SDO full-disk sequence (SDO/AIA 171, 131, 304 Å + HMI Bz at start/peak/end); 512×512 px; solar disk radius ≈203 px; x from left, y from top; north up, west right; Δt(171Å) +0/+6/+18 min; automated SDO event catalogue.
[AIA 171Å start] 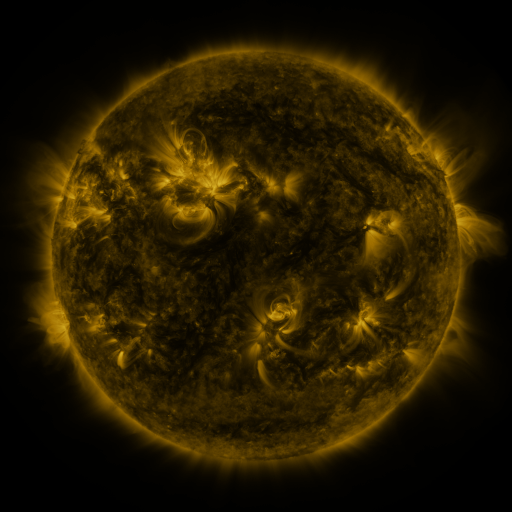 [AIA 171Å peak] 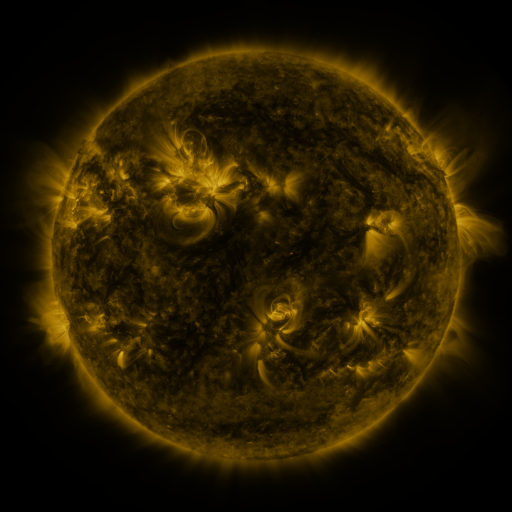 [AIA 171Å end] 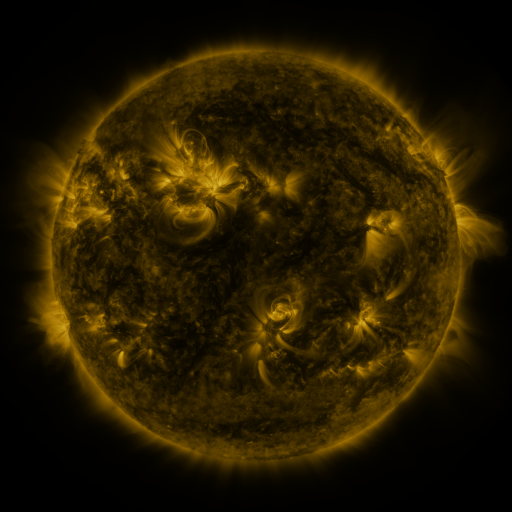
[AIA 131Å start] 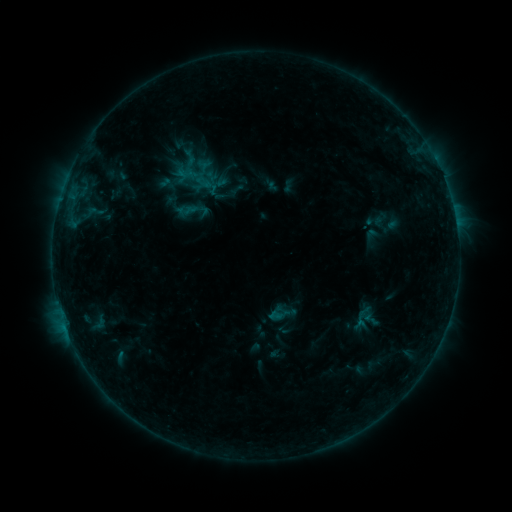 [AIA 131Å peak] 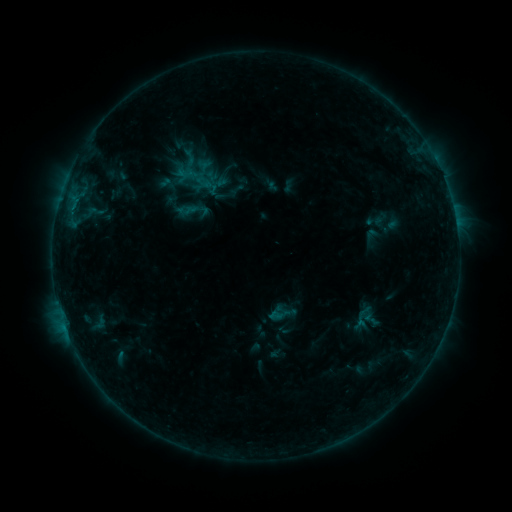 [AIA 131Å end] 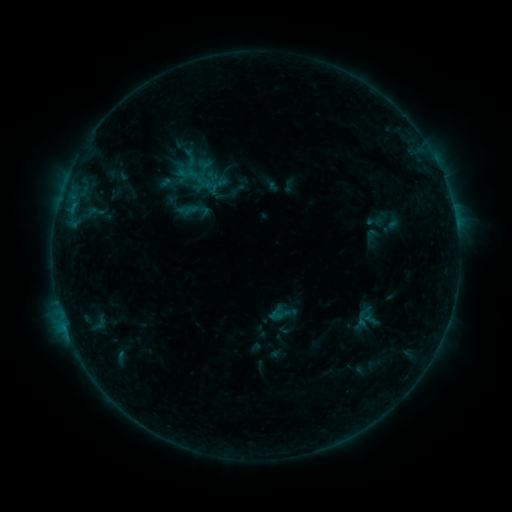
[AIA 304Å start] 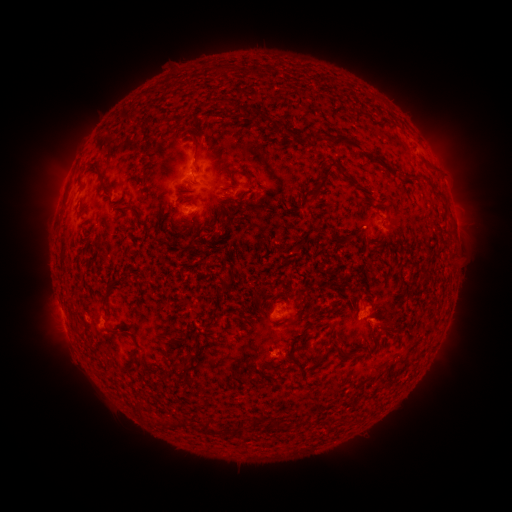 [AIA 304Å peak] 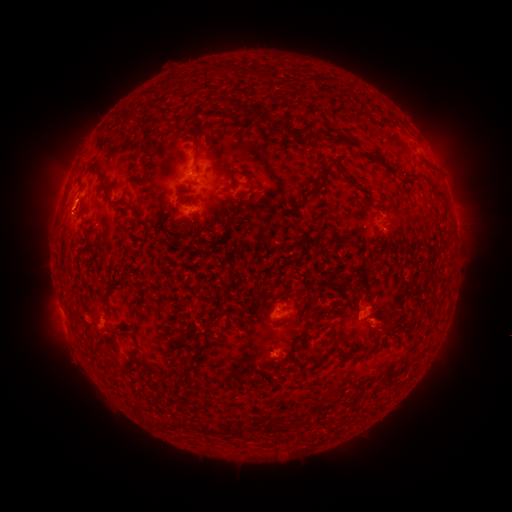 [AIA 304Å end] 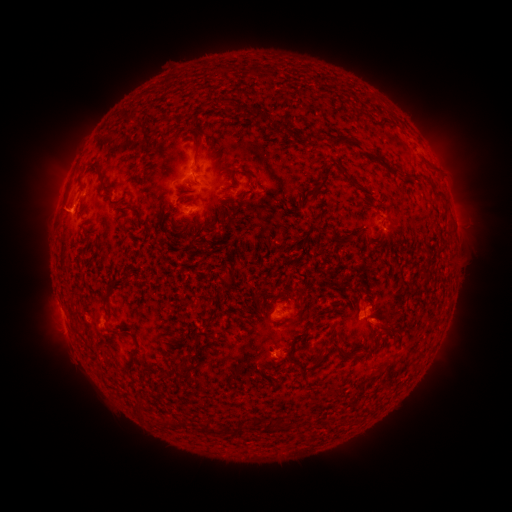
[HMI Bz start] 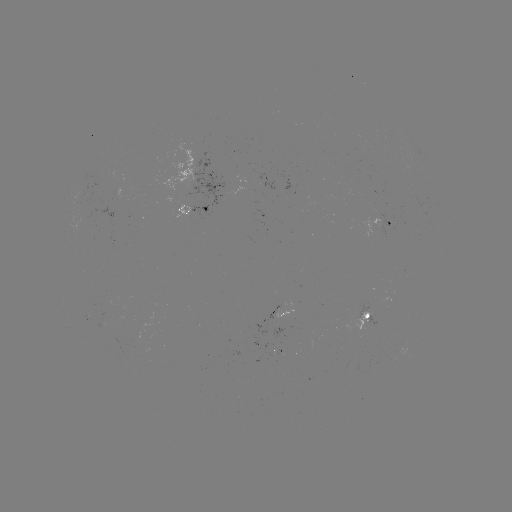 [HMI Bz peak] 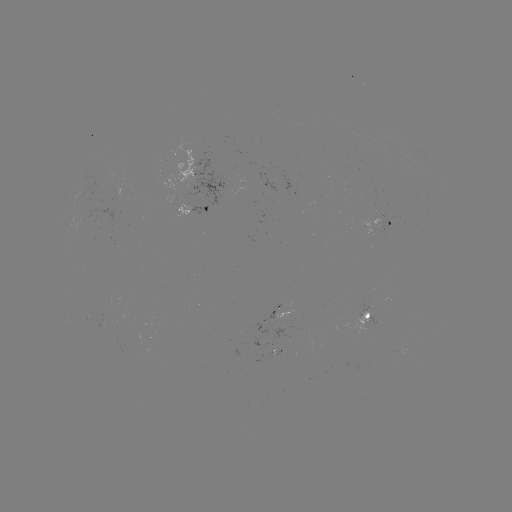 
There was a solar flare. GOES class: B4.5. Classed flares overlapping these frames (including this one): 1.